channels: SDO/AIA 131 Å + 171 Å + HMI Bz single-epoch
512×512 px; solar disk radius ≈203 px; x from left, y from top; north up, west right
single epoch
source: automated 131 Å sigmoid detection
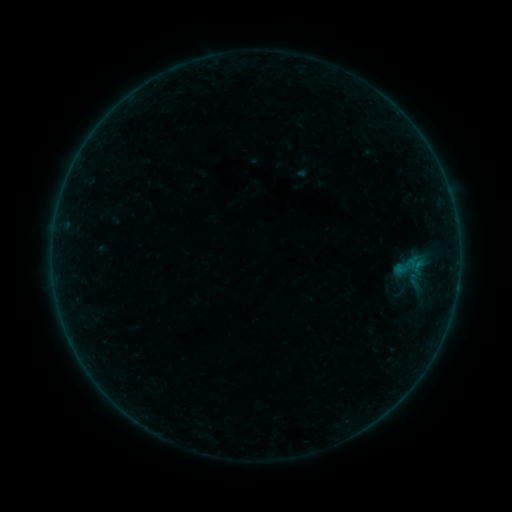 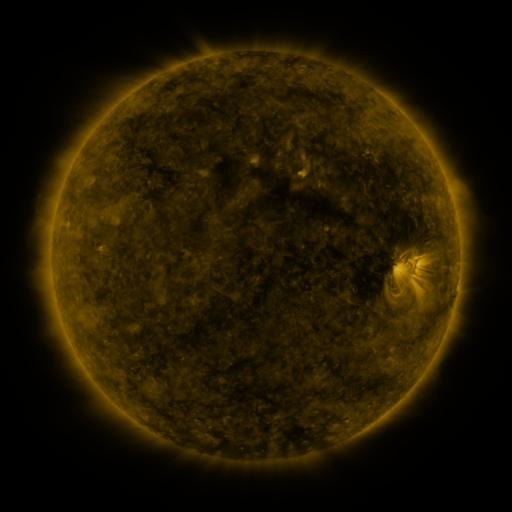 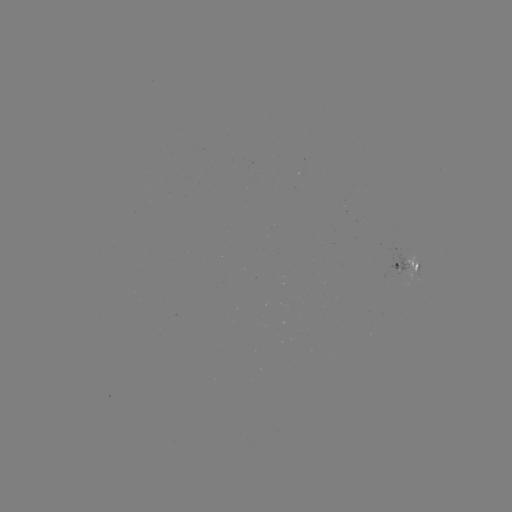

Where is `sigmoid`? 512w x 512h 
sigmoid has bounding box [405, 269, 423, 293].